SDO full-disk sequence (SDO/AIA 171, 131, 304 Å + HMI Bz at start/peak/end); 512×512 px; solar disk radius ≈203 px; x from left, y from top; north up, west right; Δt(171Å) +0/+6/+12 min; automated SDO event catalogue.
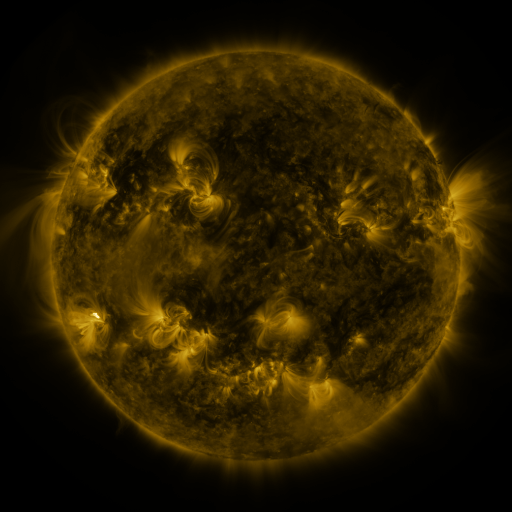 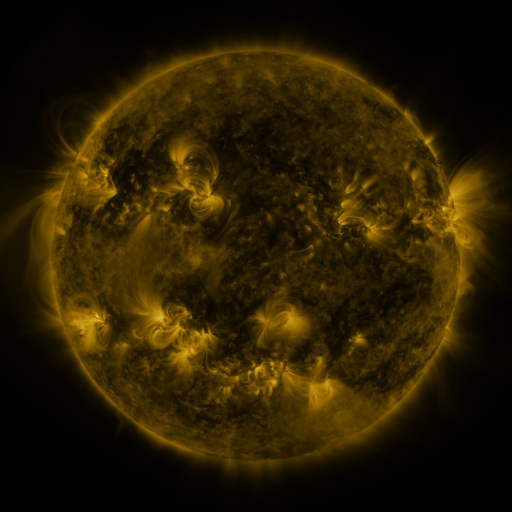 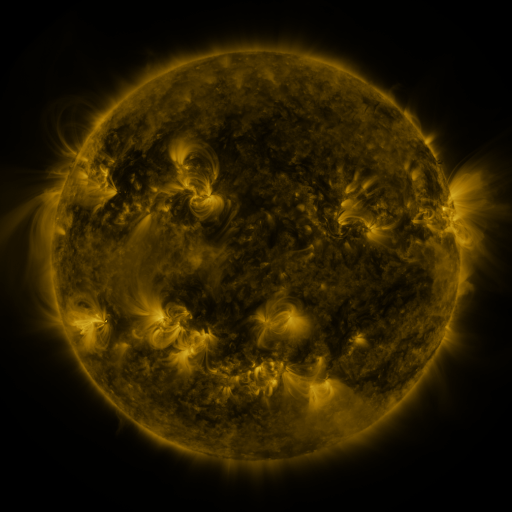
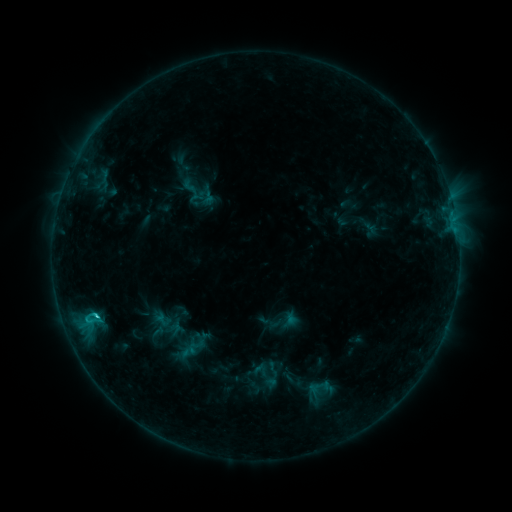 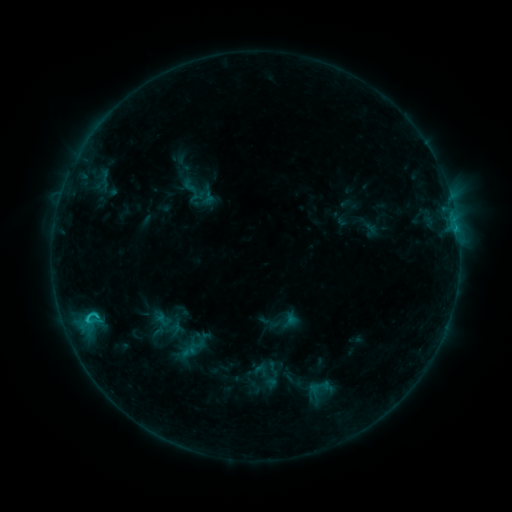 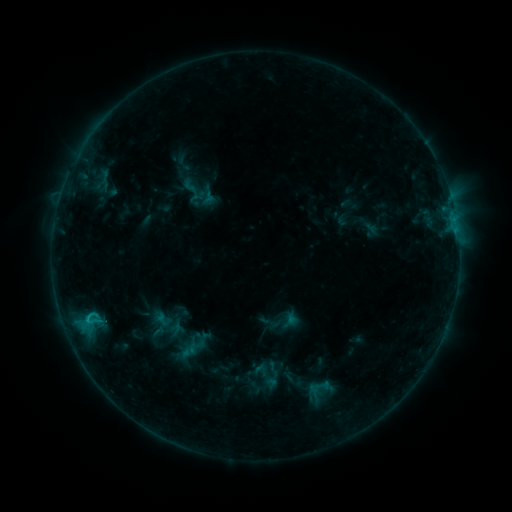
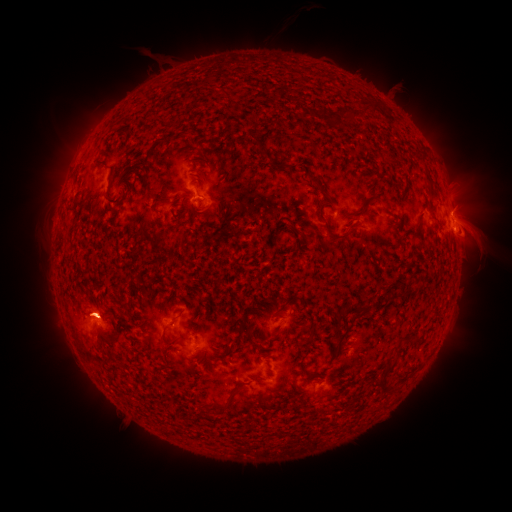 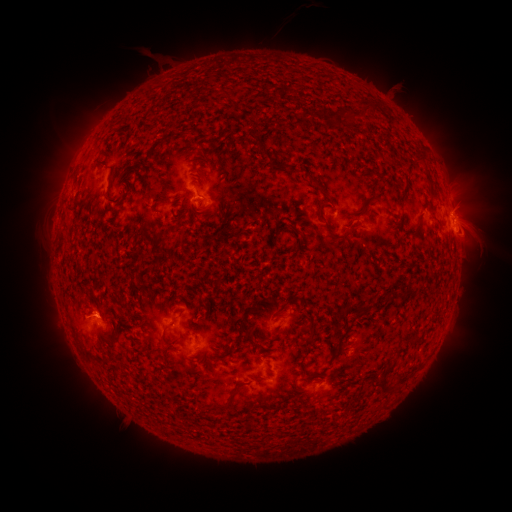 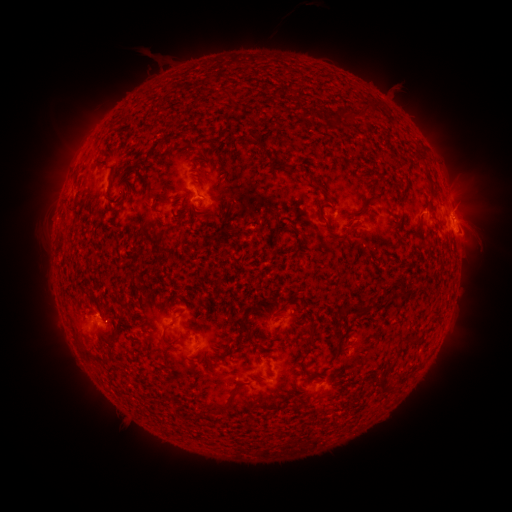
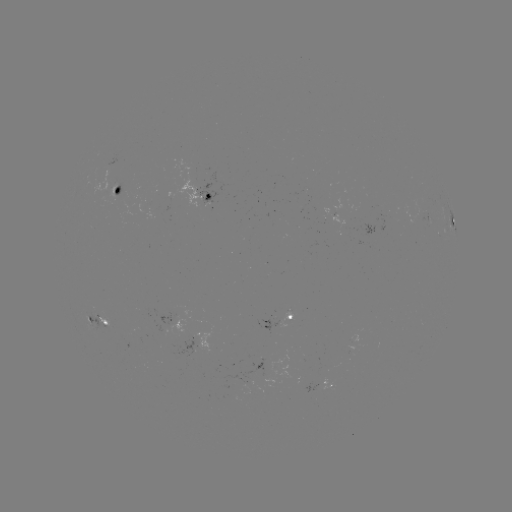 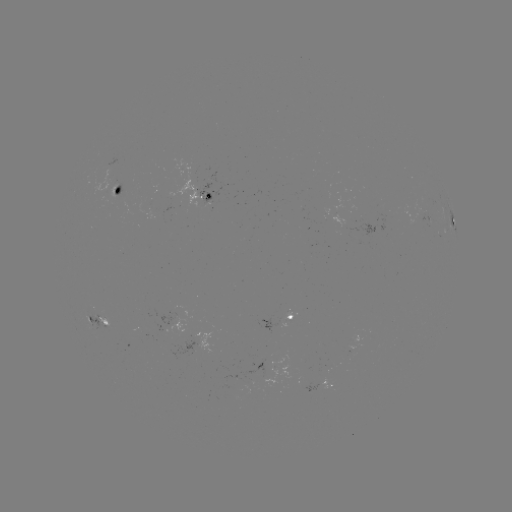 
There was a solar eruption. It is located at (93, 313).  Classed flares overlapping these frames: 1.